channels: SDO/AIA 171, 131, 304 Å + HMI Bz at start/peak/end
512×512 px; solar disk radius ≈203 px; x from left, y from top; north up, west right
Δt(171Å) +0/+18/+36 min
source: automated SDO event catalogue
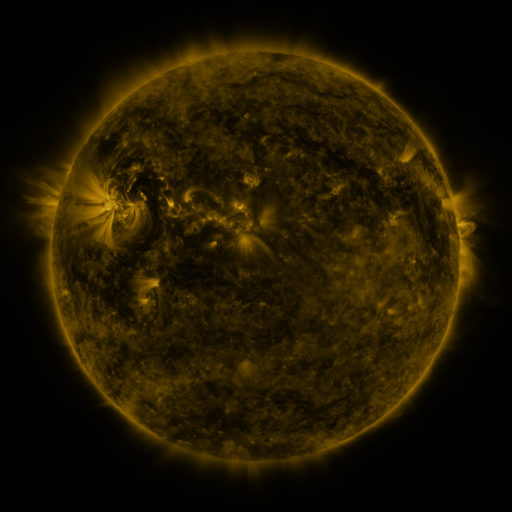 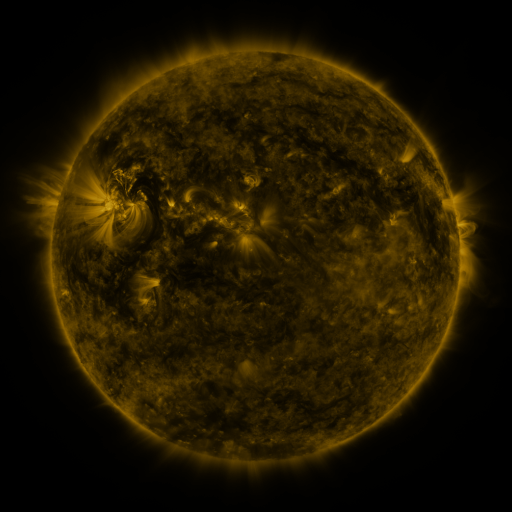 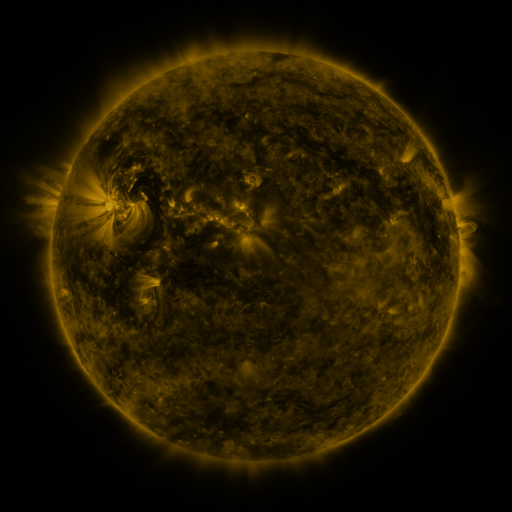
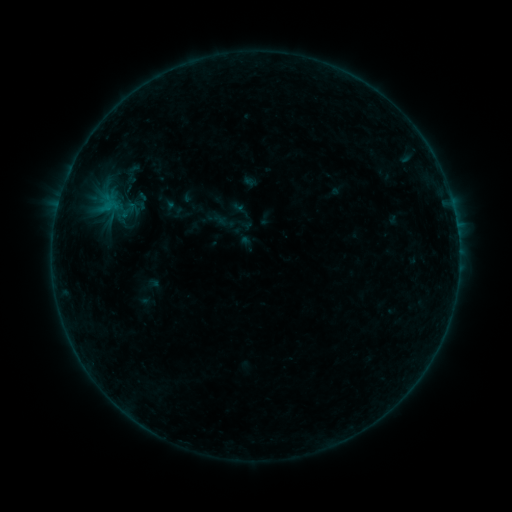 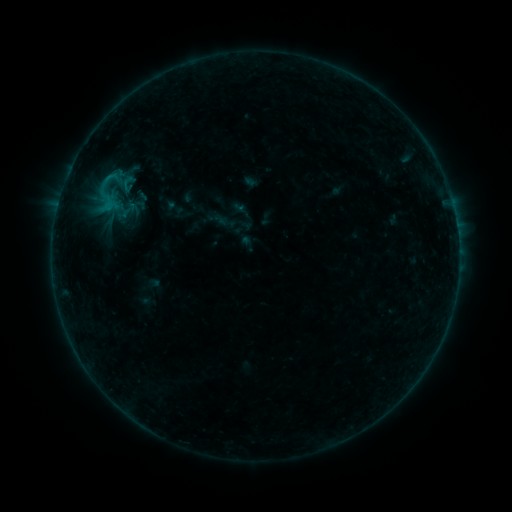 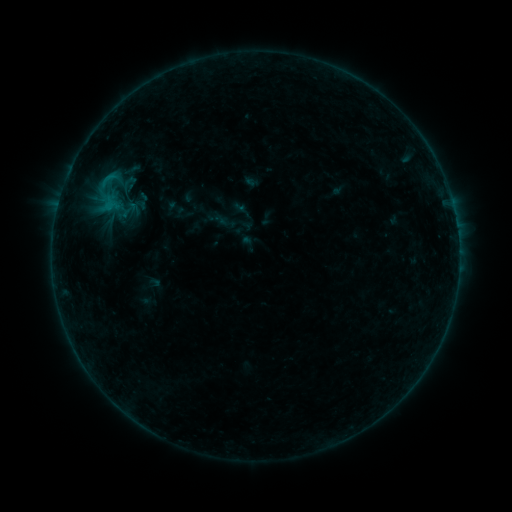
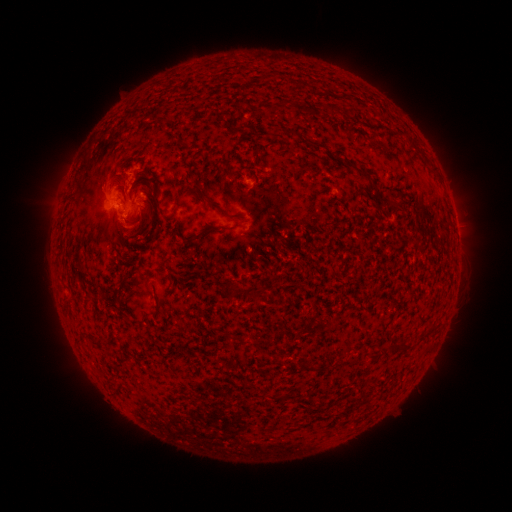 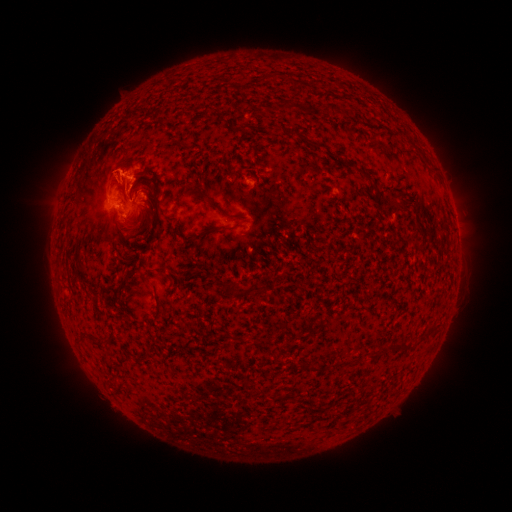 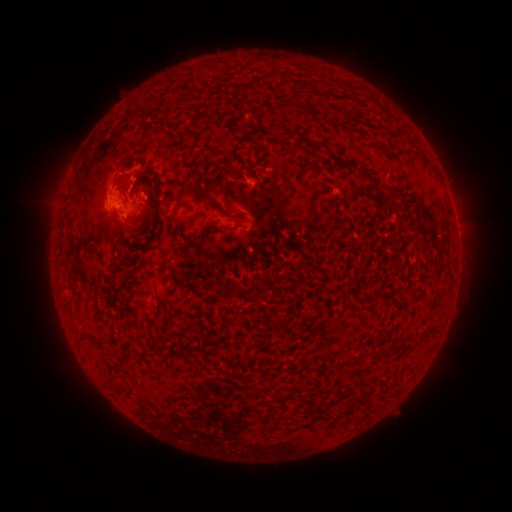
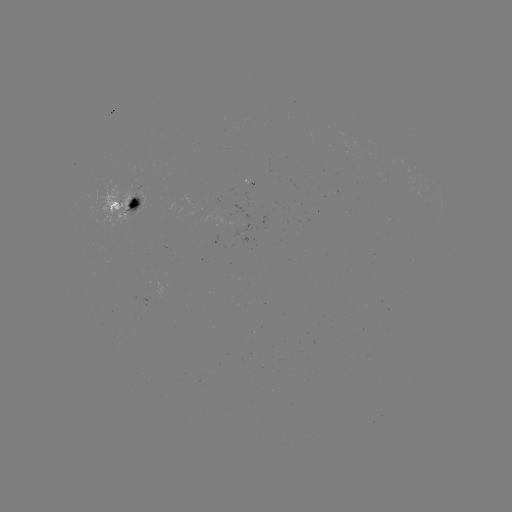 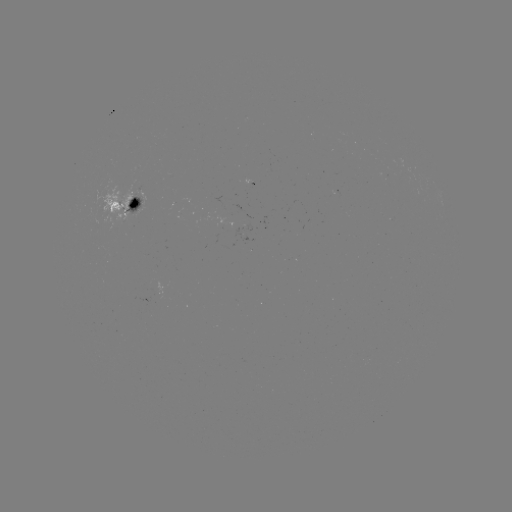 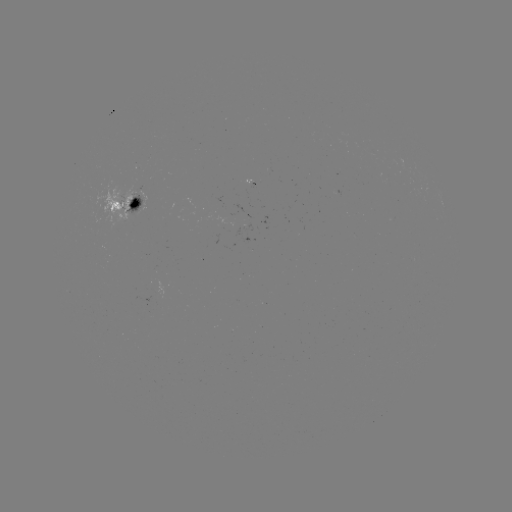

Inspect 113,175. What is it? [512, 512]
eruption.